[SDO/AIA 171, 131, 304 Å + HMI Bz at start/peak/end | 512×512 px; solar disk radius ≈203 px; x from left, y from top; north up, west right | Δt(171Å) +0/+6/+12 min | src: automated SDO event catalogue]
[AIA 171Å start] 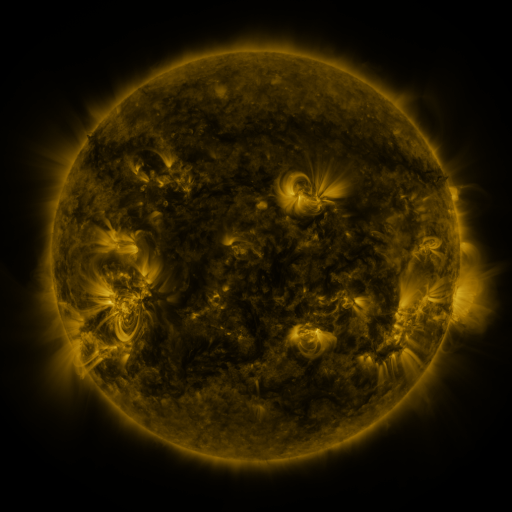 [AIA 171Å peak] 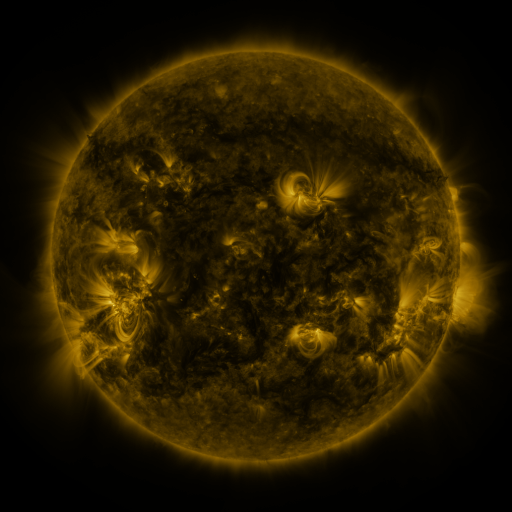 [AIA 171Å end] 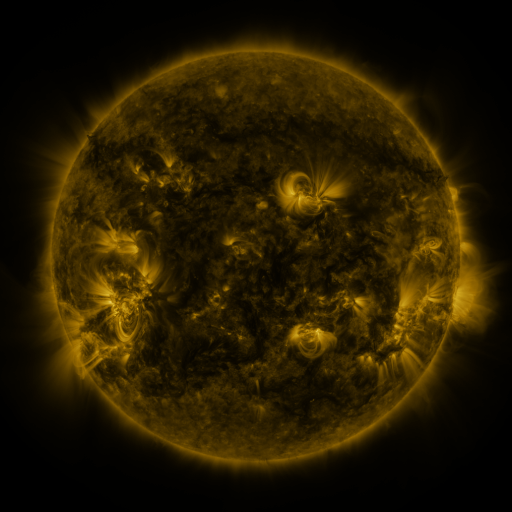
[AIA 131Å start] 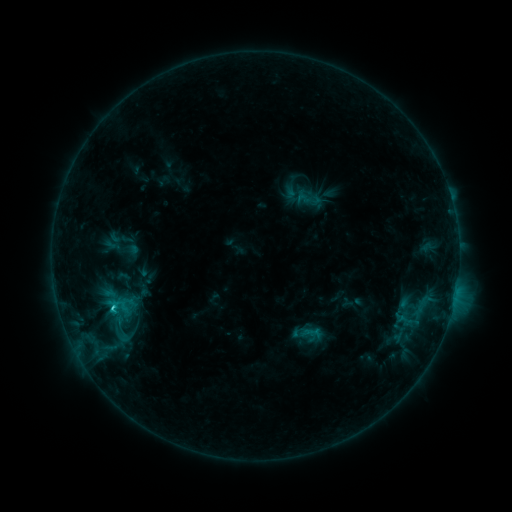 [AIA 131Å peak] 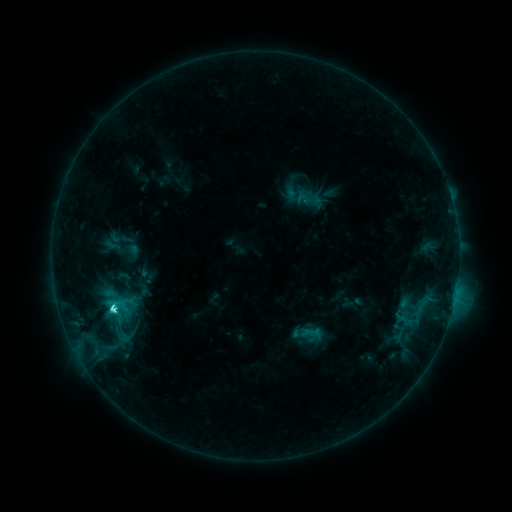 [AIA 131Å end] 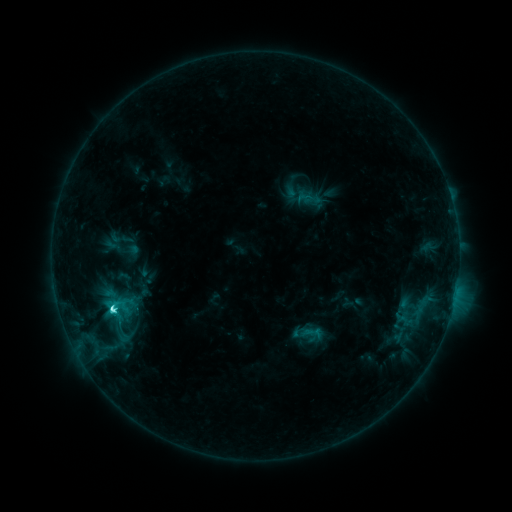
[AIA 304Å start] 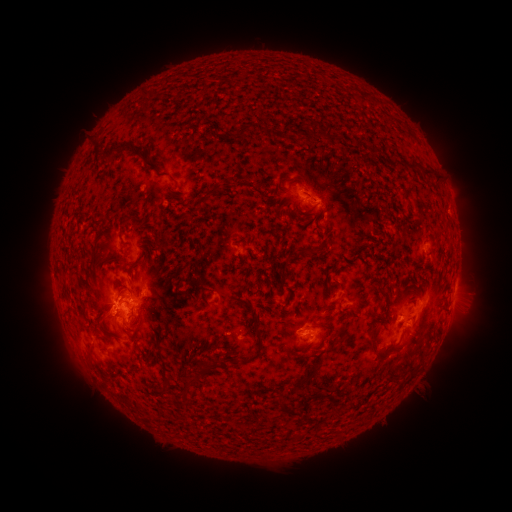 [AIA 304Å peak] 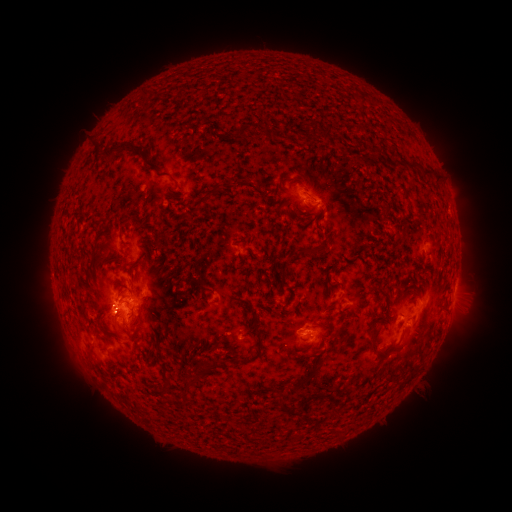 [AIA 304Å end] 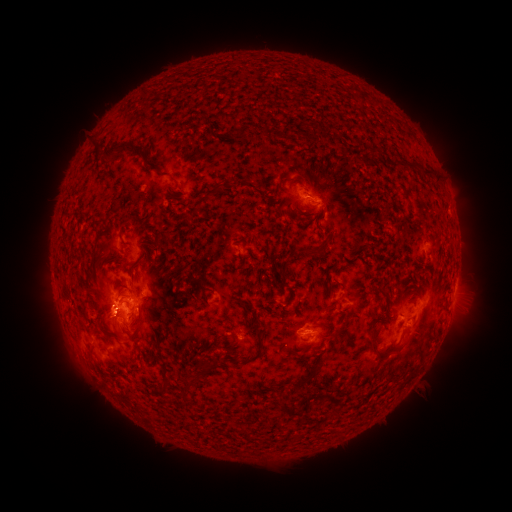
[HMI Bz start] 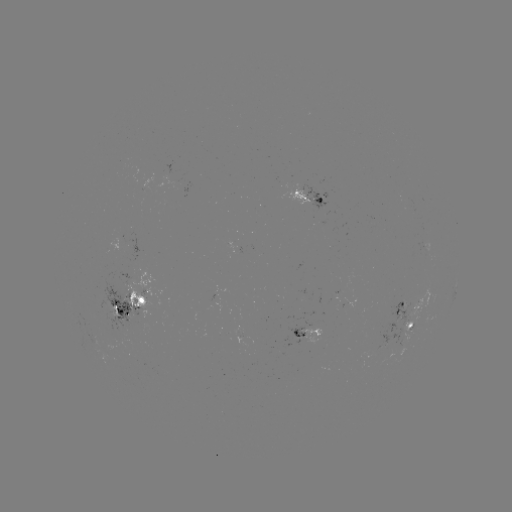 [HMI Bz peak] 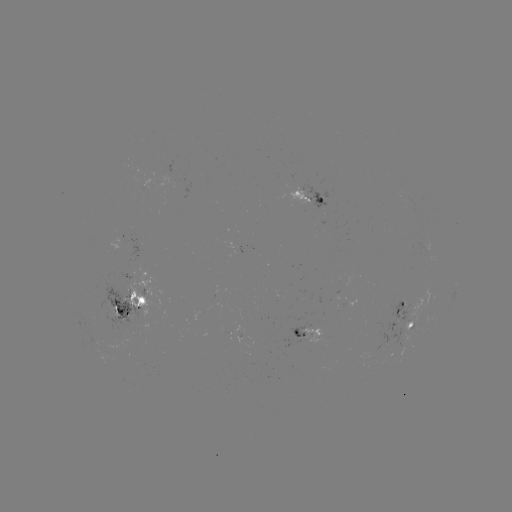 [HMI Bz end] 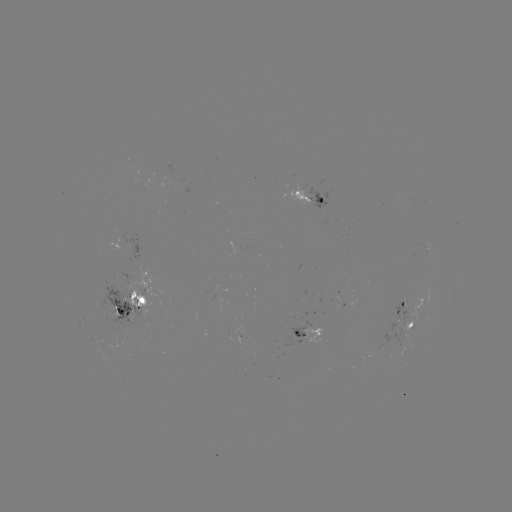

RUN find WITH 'C6.9 flare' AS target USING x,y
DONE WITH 115,307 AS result